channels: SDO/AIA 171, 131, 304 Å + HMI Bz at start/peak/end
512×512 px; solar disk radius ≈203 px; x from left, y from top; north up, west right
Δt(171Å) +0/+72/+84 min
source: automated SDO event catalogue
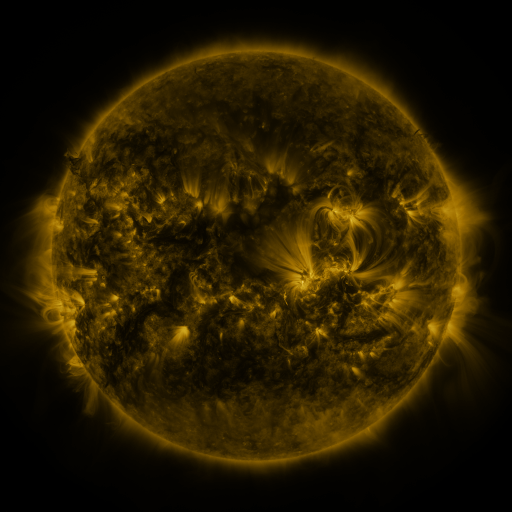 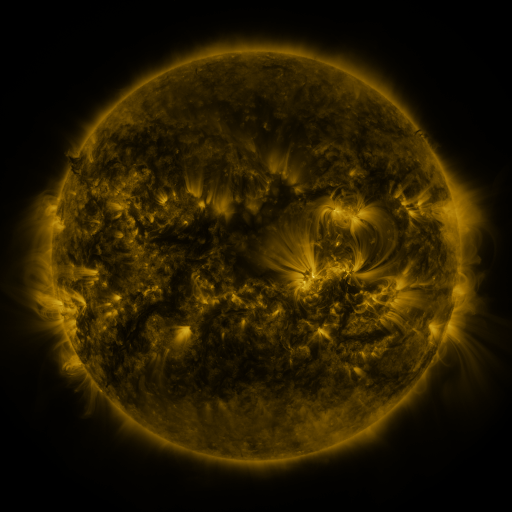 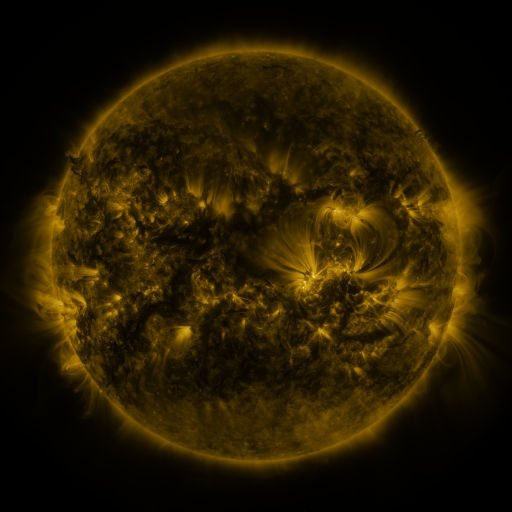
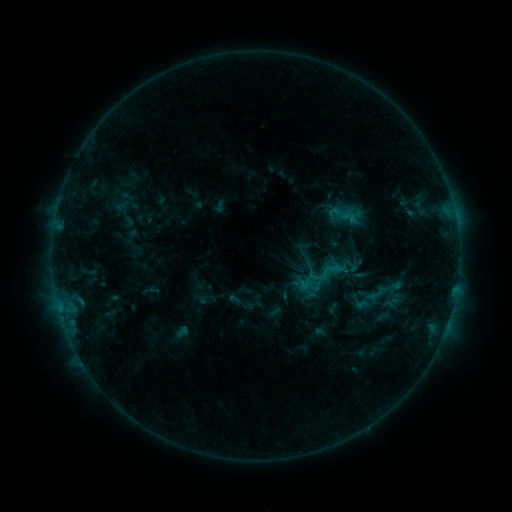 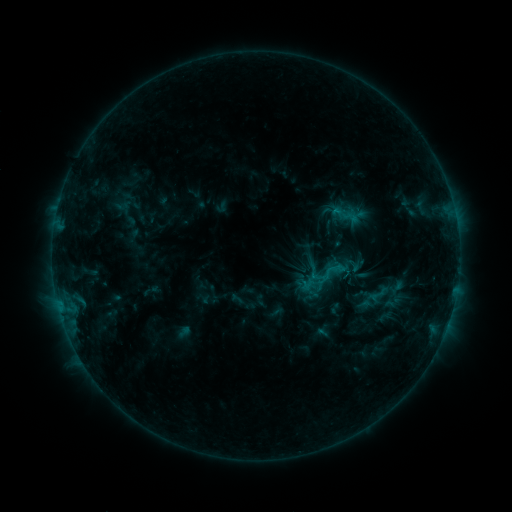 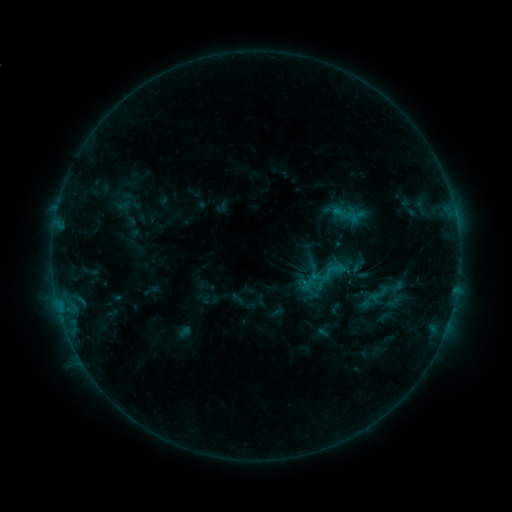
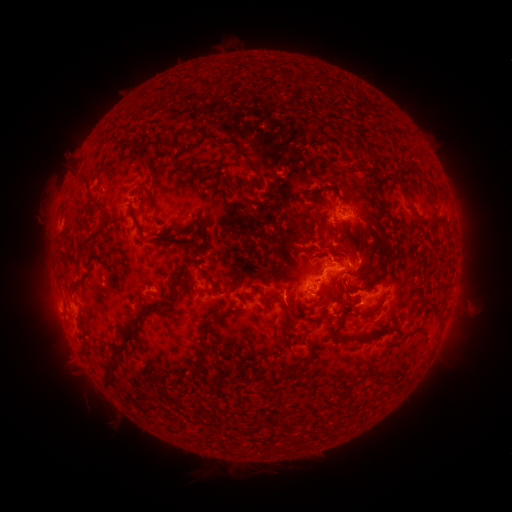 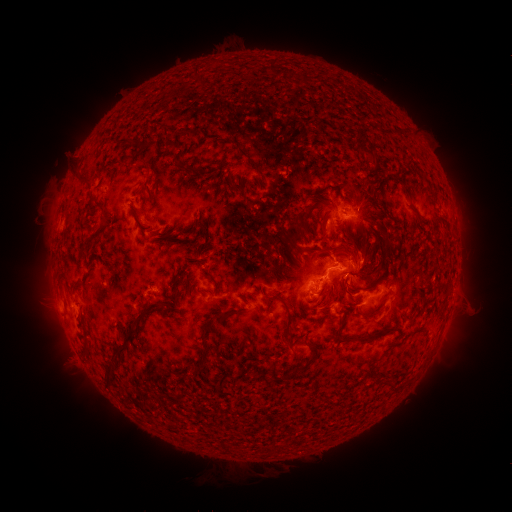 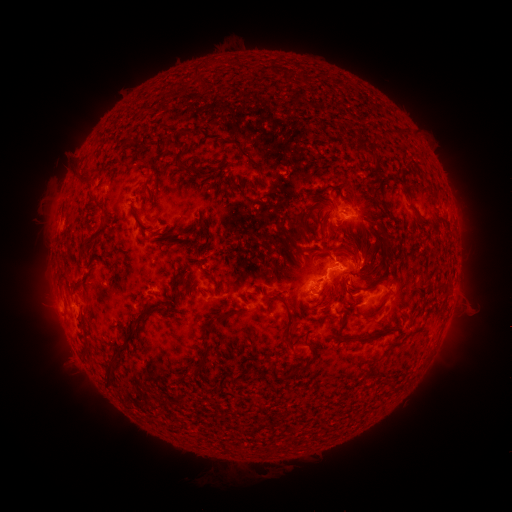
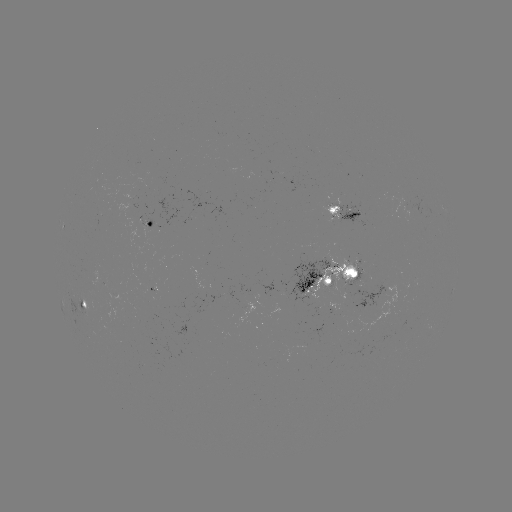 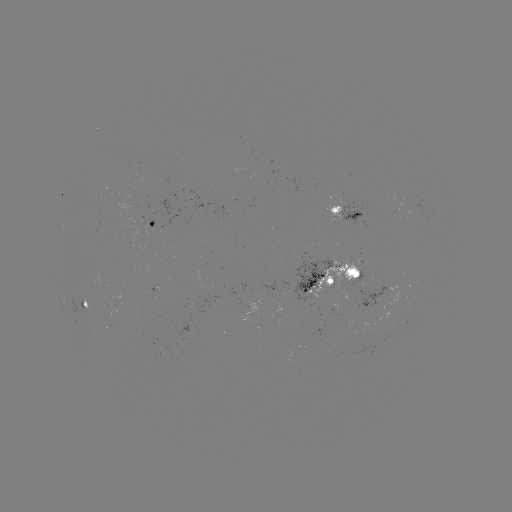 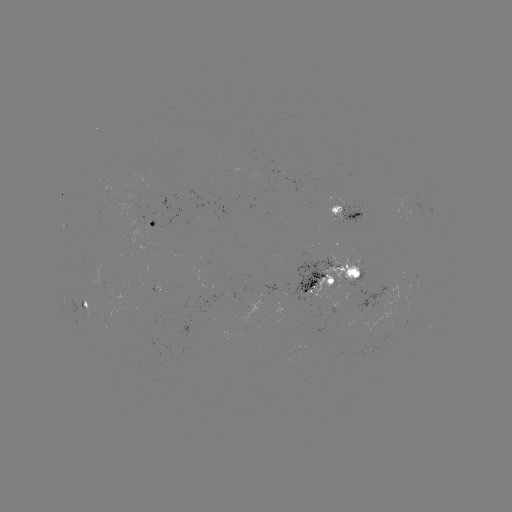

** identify emerging-flux region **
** [346, 269] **